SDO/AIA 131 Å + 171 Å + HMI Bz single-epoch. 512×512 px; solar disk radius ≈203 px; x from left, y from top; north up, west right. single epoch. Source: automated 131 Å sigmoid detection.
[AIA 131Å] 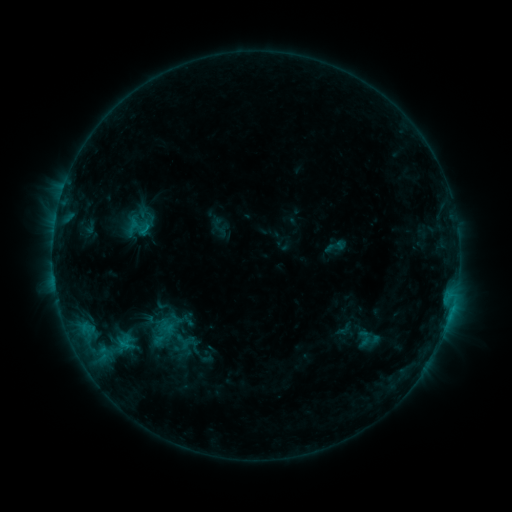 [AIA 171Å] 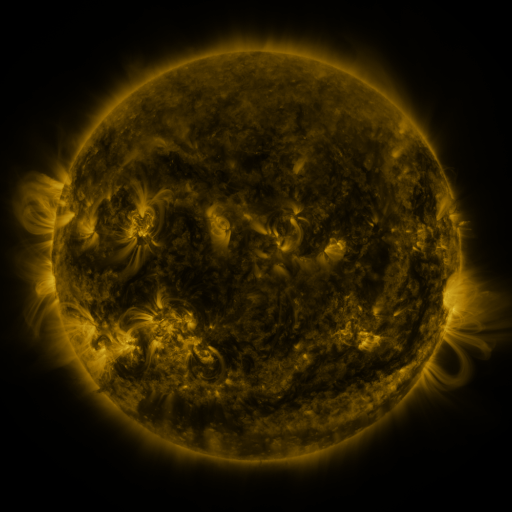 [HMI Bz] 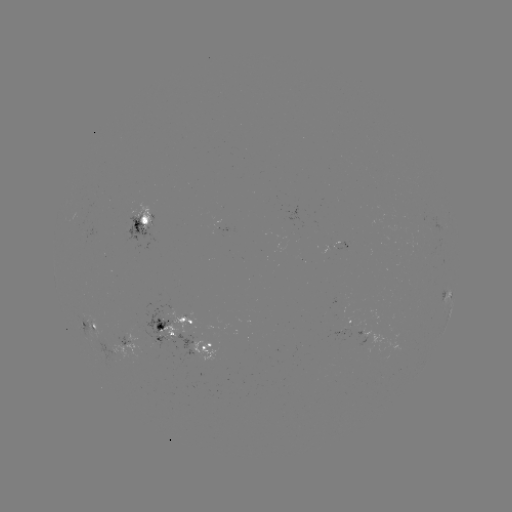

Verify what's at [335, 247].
sigmoid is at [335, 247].